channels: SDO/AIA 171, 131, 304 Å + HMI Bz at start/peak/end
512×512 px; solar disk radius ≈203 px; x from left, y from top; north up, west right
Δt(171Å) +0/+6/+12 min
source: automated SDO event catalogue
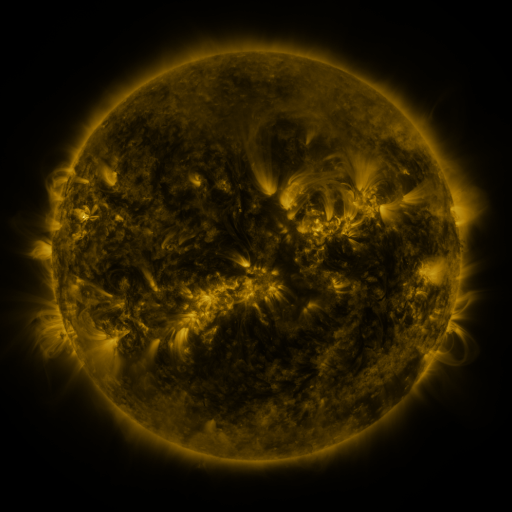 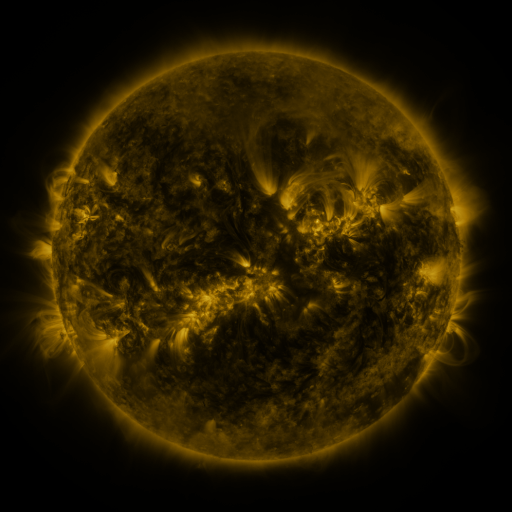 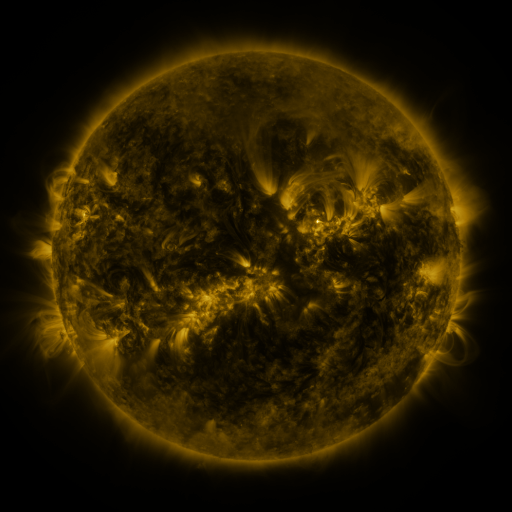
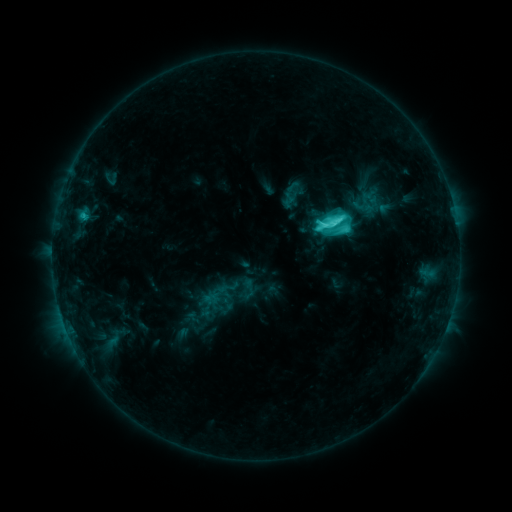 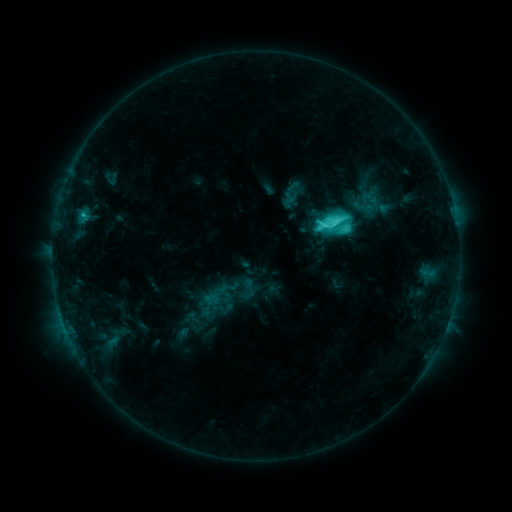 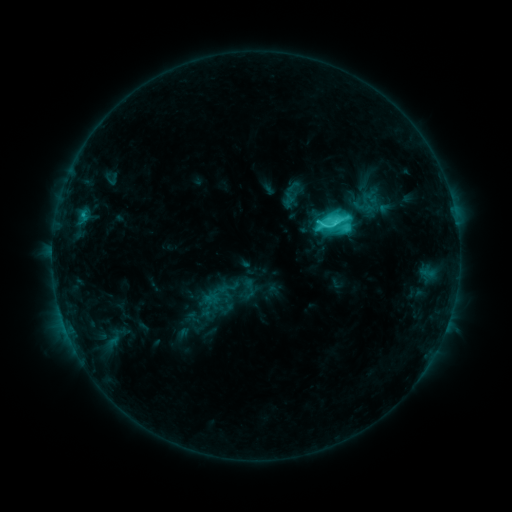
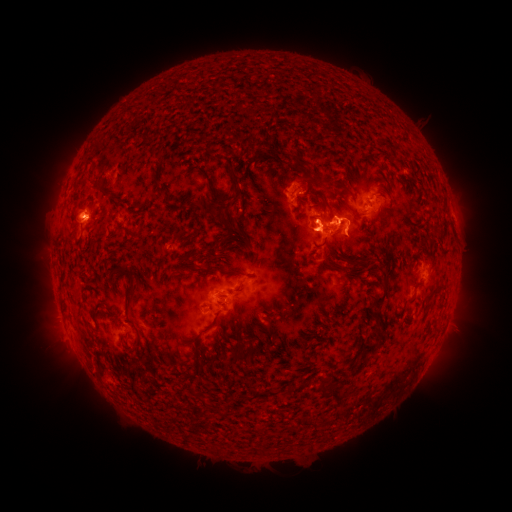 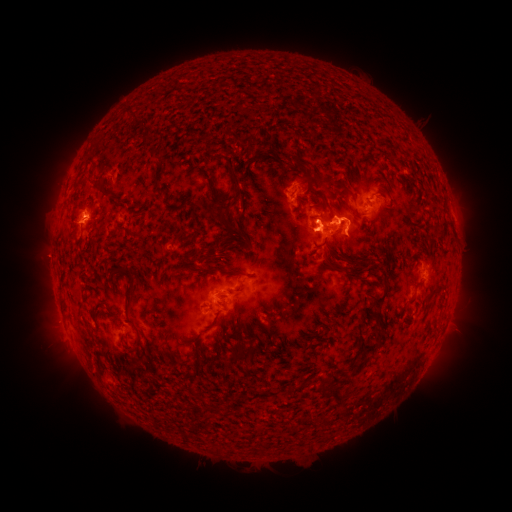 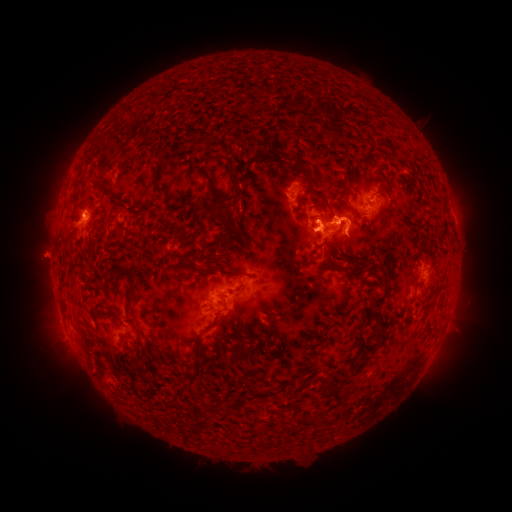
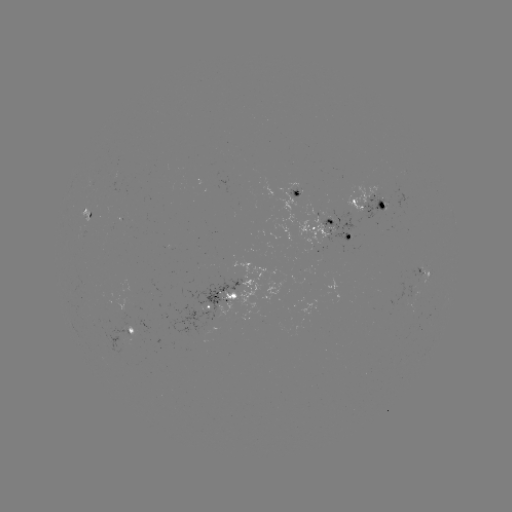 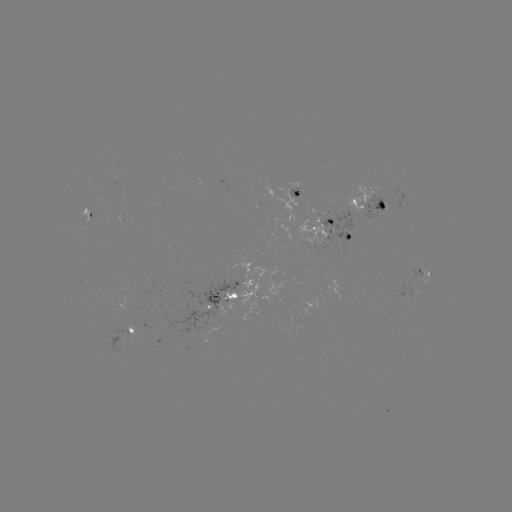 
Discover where eruption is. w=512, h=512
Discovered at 51,245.